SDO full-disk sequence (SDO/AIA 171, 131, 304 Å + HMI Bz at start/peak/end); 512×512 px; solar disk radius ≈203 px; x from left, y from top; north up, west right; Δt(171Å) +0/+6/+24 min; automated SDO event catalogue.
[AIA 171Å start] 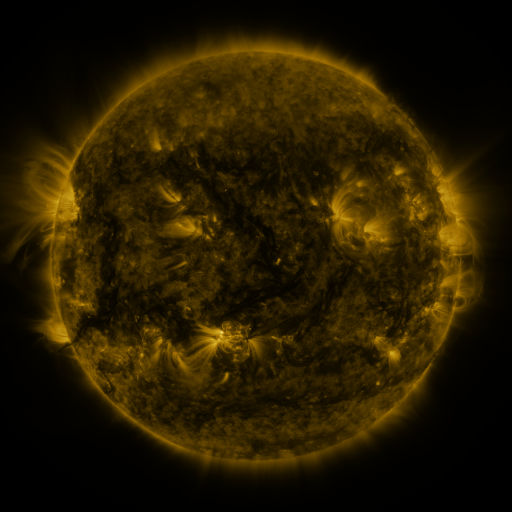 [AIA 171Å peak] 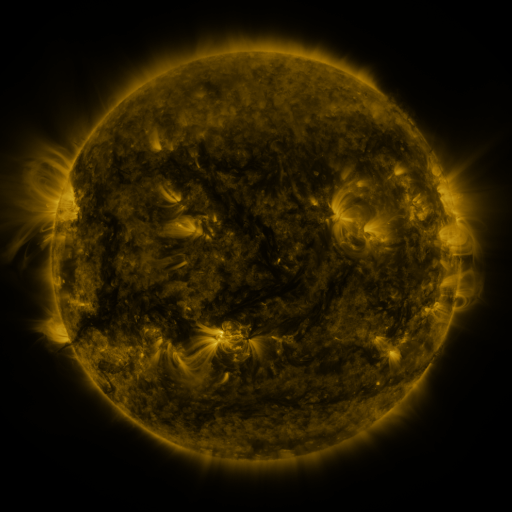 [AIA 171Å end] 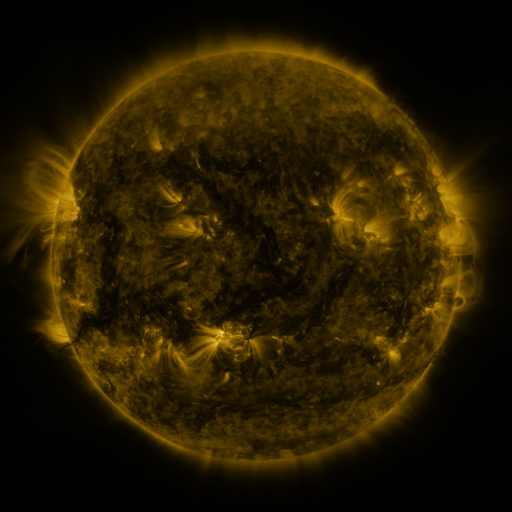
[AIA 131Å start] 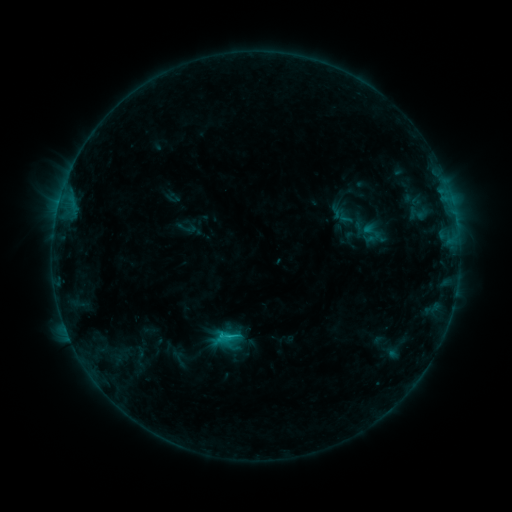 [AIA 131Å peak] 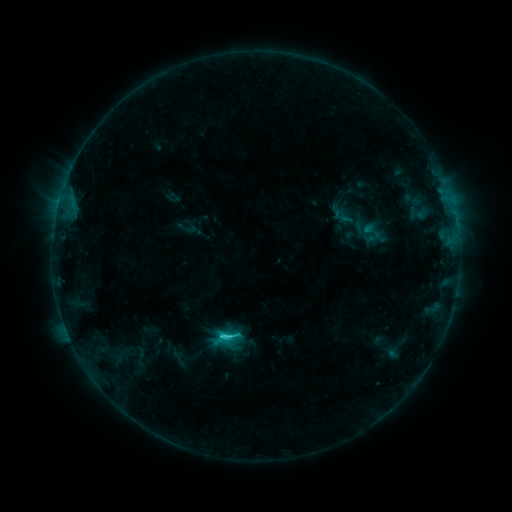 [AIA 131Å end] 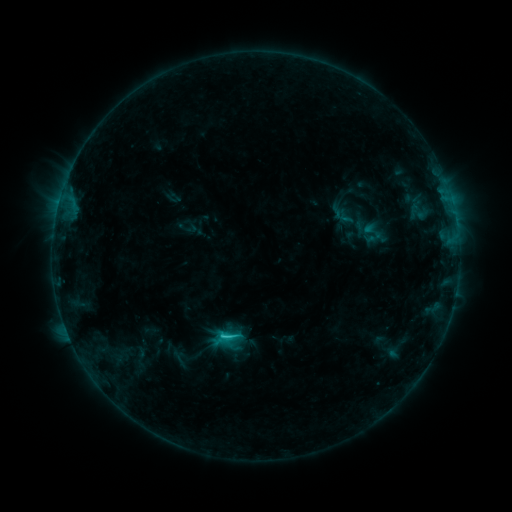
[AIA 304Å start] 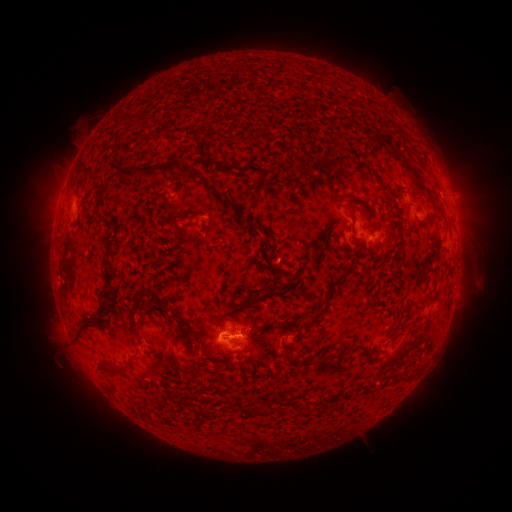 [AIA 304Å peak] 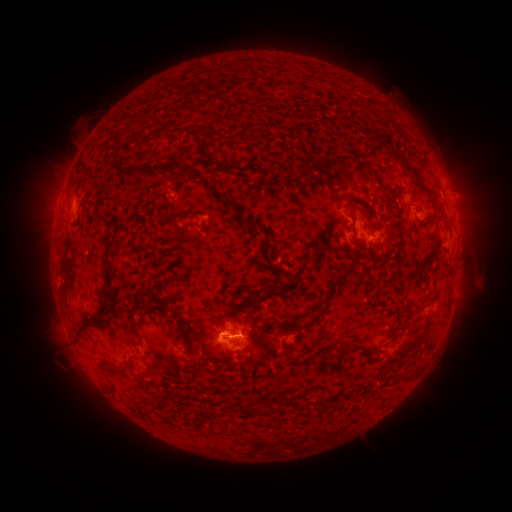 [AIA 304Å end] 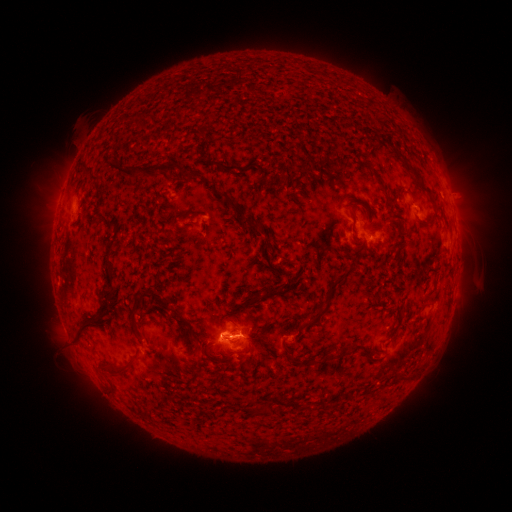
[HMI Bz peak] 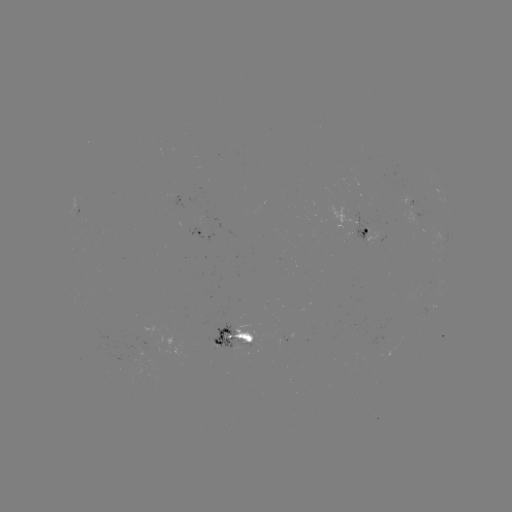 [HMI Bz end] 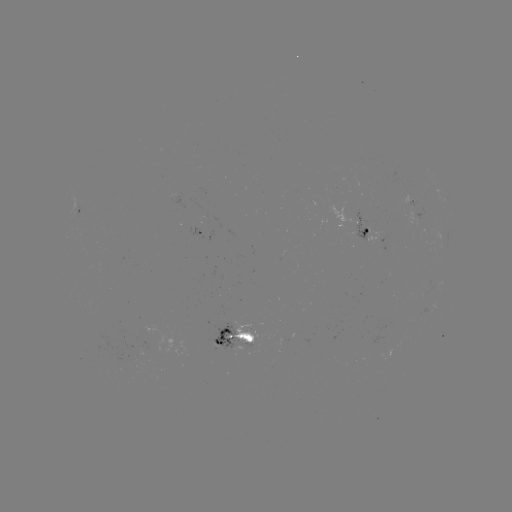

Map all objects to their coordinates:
C1.9 flare: (225, 336)
